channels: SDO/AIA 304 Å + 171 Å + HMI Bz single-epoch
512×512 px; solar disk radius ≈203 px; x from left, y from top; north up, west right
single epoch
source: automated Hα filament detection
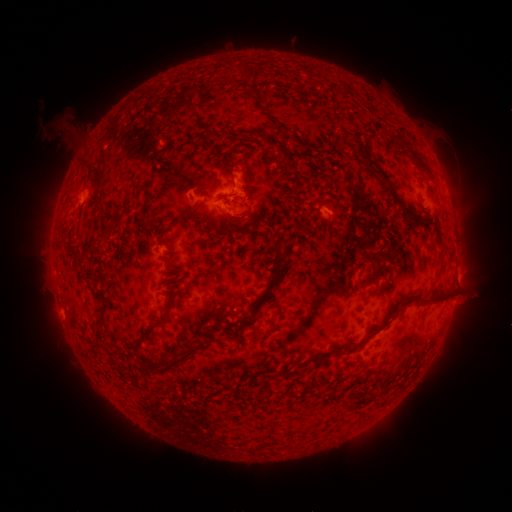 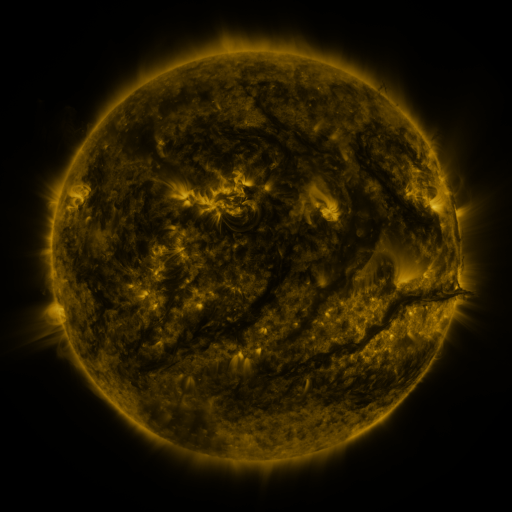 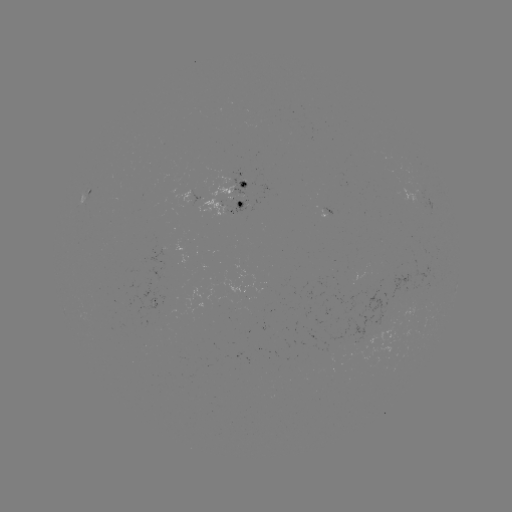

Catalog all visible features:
filament: (253, 92)
filament: (264, 154)
filament: (416, 155)
filament: (367, 157)
filament: (219, 159)
filament: (231, 178)
filament: (385, 181)
filament: (97, 182)
filament: (132, 193)
filament: (98, 211)
filament: (415, 215)
filament: (144, 219)
filament: (235, 228)
filament: (144, 234)
filament: (276, 281)
filament: (425, 298)
filament: (166, 314)
filament: (220, 324)
filament: (101, 334)
filament: (370, 335)
filament: (185, 359)
filament: (311, 360)
